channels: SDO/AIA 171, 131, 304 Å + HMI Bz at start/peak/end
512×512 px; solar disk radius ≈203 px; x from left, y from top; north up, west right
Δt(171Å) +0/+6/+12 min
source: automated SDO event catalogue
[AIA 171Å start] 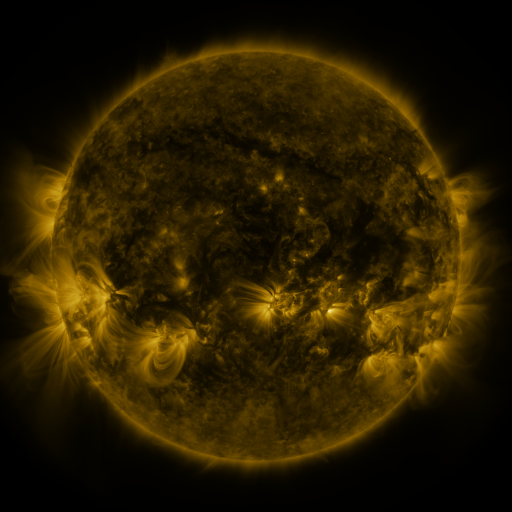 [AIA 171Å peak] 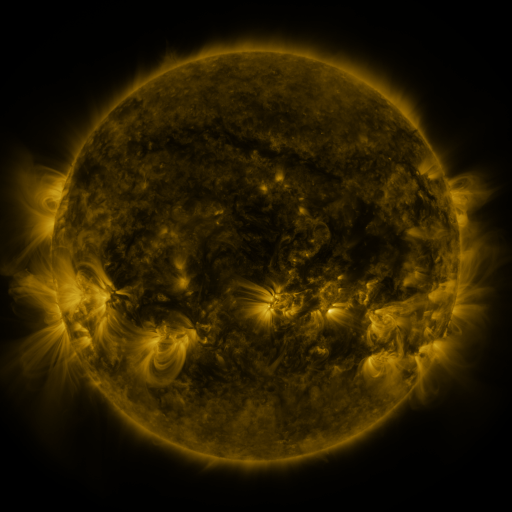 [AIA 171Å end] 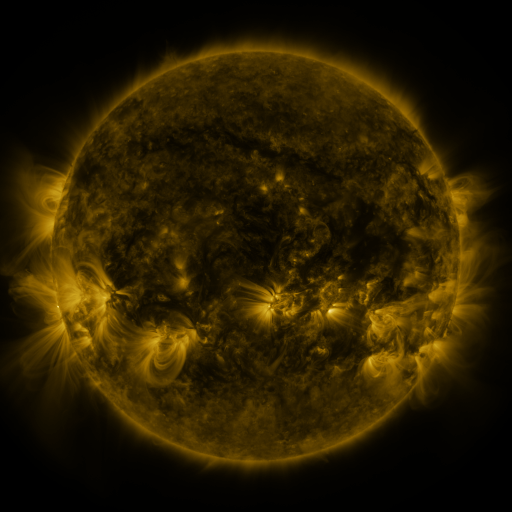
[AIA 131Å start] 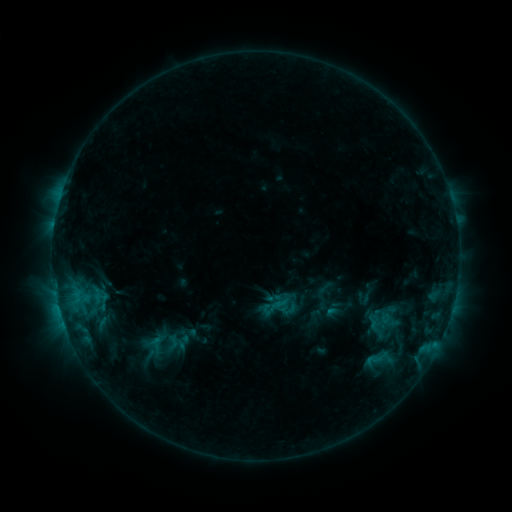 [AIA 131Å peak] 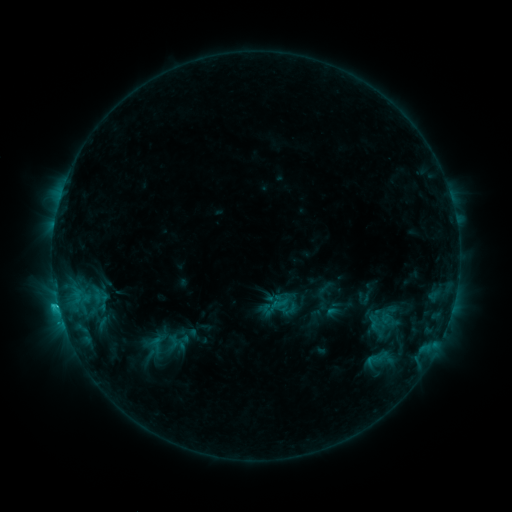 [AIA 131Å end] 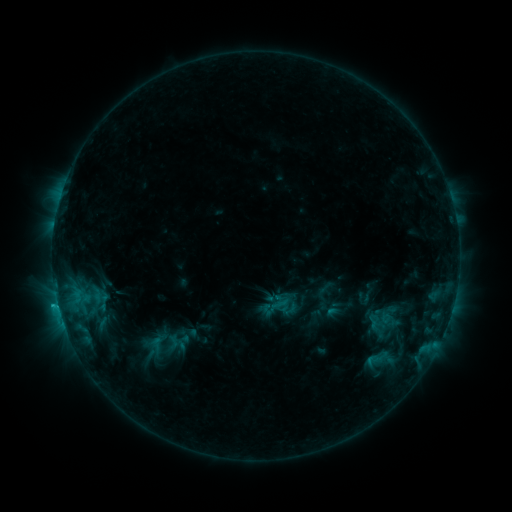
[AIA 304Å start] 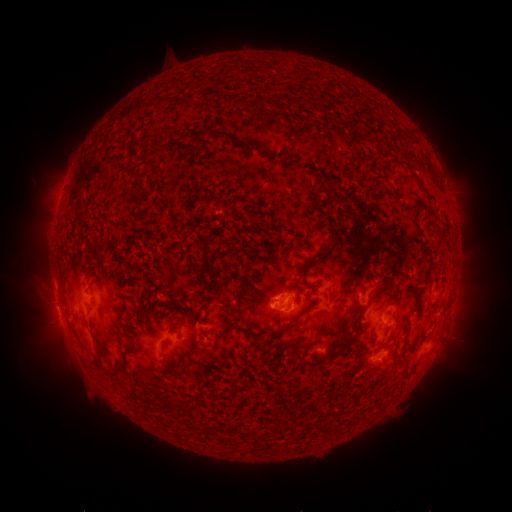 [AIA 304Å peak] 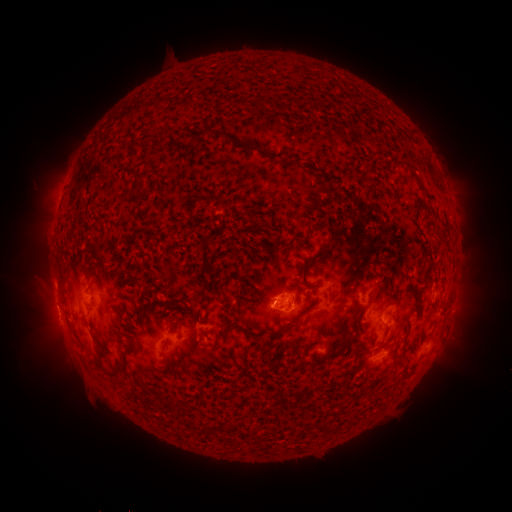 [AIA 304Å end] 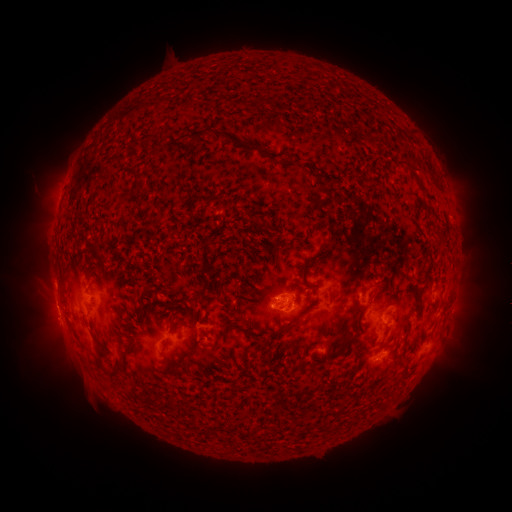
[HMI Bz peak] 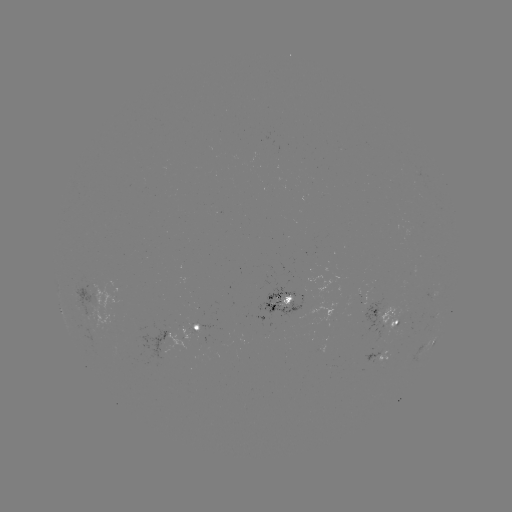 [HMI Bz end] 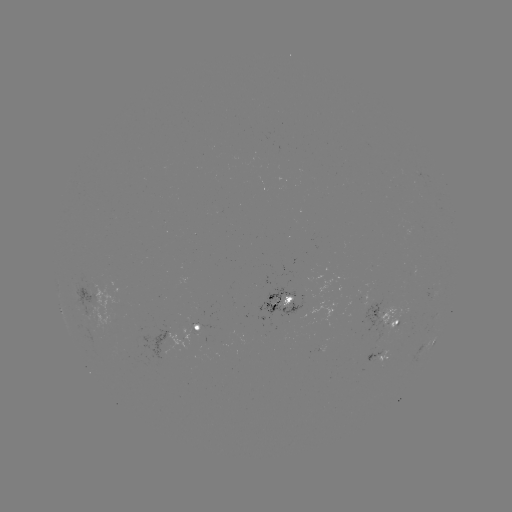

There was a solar flare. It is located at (58, 305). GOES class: C1.7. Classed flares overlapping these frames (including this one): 1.